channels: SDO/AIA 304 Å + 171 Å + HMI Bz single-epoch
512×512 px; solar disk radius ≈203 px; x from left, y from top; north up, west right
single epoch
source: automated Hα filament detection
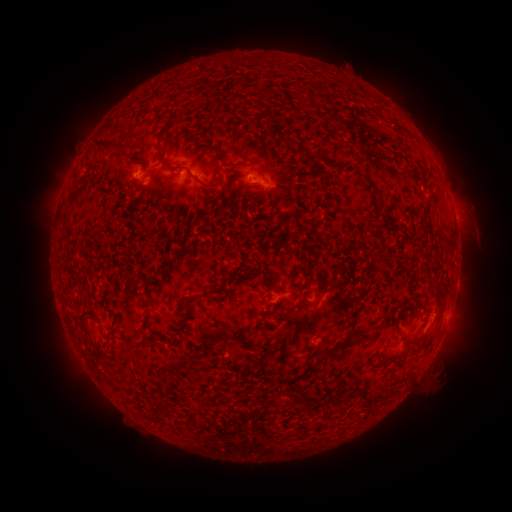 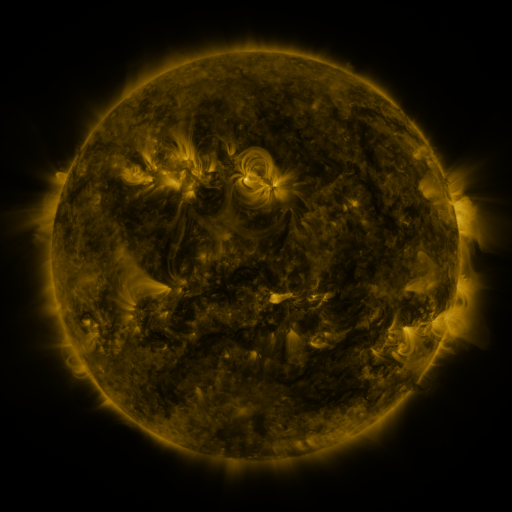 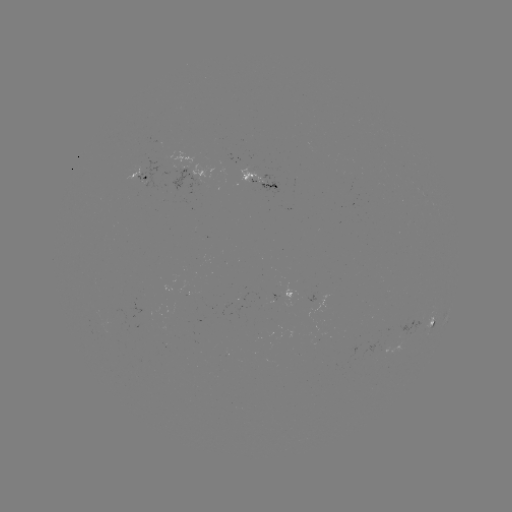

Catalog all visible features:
filament: (261, 103, 278, 122)
filament: (160, 125, 169, 136)
filament: (284, 136, 297, 146)
filament: (93, 139, 127, 151)
filament: (155, 143, 178, 173)
filament: (303, 152, 317, 161)
filament: (222, 161, 235, 168)
filament: (184, 166, 220, 193)
filament: (253, 166, 265, 177)
filament: (363, 177, 376, 191)
filament: (433, 250, 444, 259)
filament: (324, 281, 343, 297)
filament: (267, 282, 278, 290)
filament: (340, 298, 354, 304)
filament: (183, 299, 195, 309)
filament: (378, 310, 387, 327)
filament: (241, 326, 253, 334)
filament: (368, 329, 377, 340)
filament: (209, 332, 235, 342)
filament: (312, 356, 325, 366)
filament: (393, 358, 404, 371)
filament: (358, 388, 372, 406)
filament: (153, 400, 168, 414)
